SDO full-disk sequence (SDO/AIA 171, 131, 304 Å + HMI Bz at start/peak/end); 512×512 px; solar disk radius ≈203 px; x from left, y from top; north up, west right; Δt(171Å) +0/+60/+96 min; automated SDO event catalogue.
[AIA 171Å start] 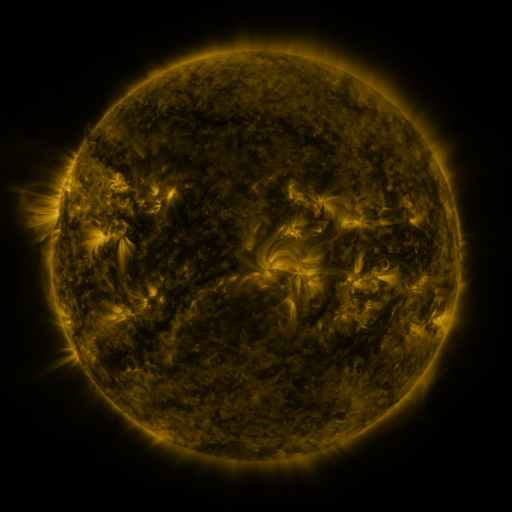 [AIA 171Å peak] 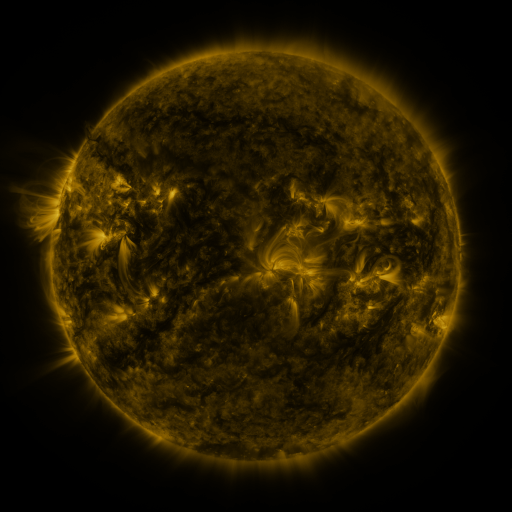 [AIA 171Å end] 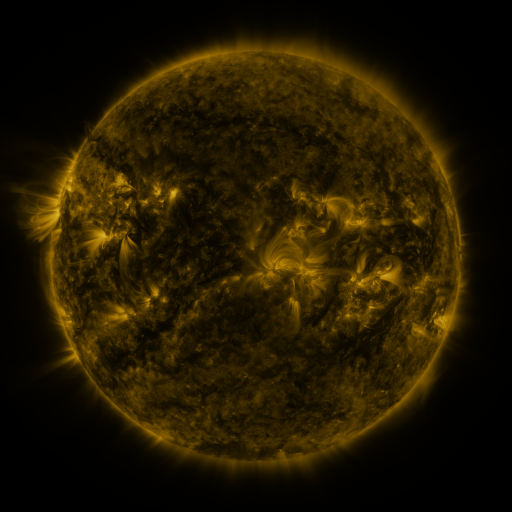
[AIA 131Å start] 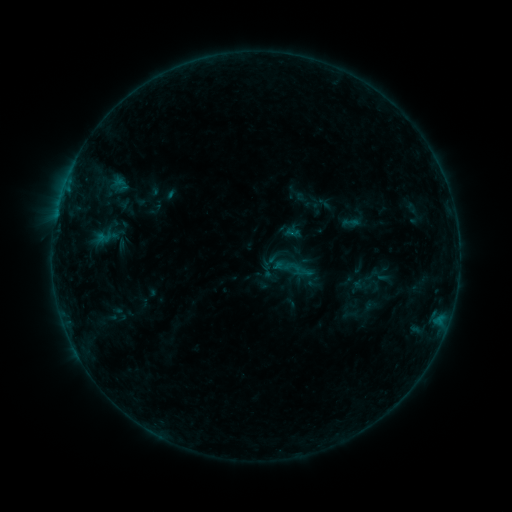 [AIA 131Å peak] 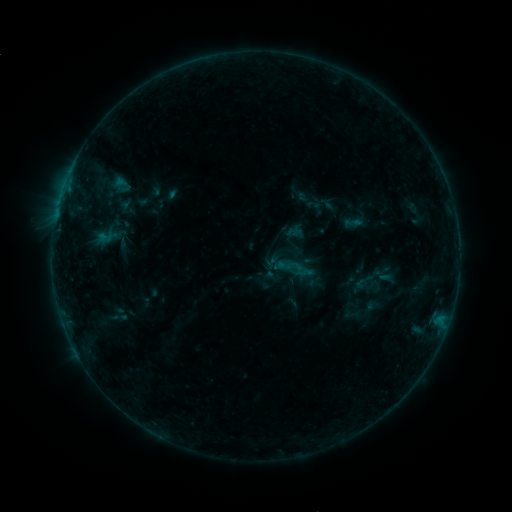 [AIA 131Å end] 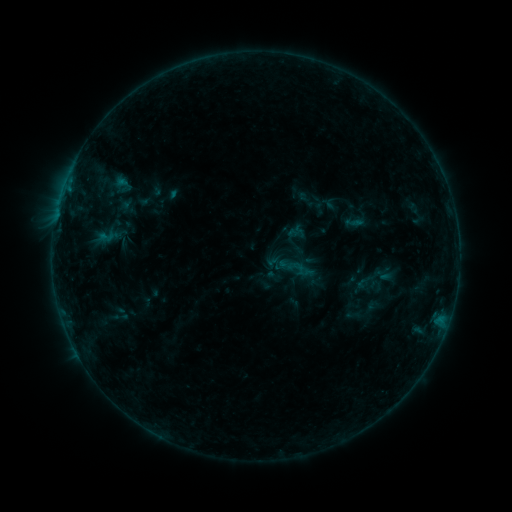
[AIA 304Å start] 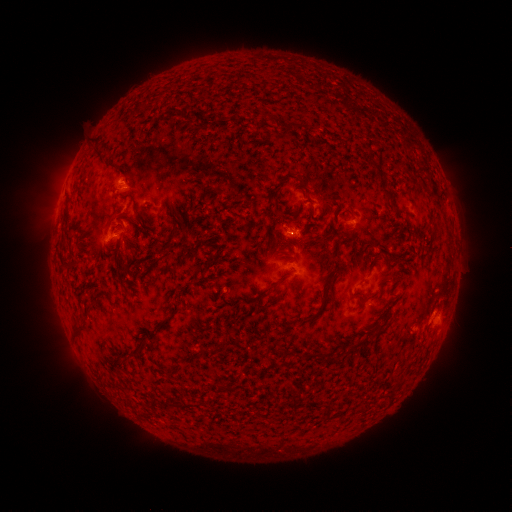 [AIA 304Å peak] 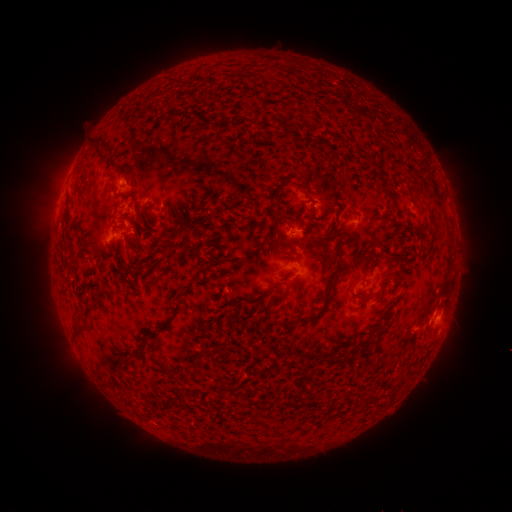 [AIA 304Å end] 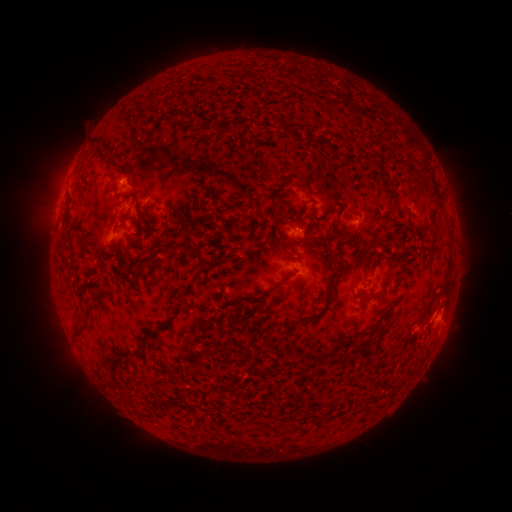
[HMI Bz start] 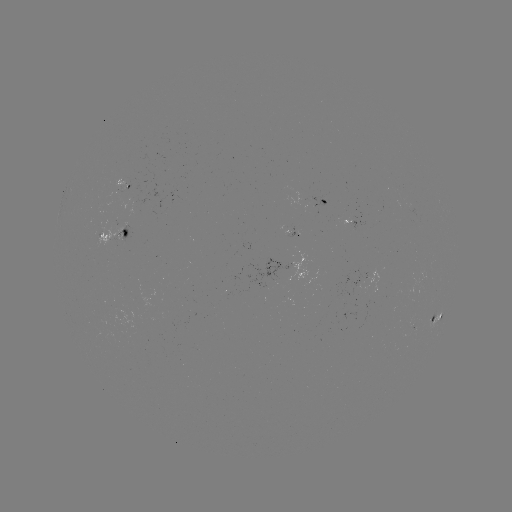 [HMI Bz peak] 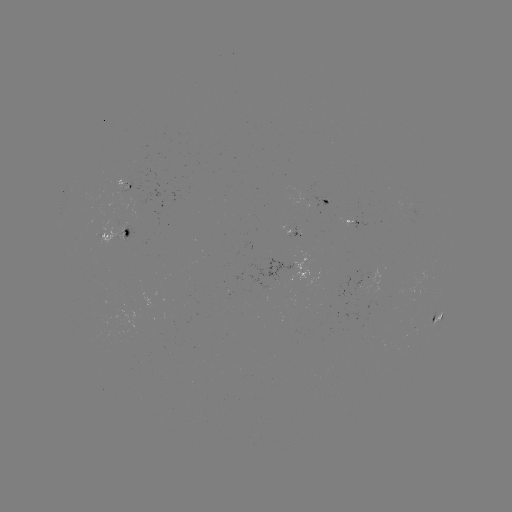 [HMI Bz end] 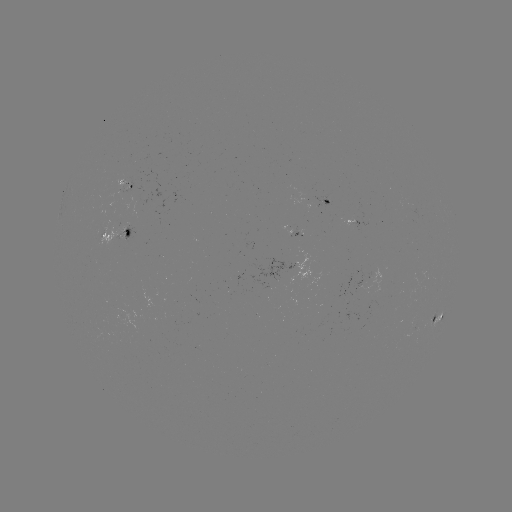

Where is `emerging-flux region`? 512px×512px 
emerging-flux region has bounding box [119, 181, 132, 201].